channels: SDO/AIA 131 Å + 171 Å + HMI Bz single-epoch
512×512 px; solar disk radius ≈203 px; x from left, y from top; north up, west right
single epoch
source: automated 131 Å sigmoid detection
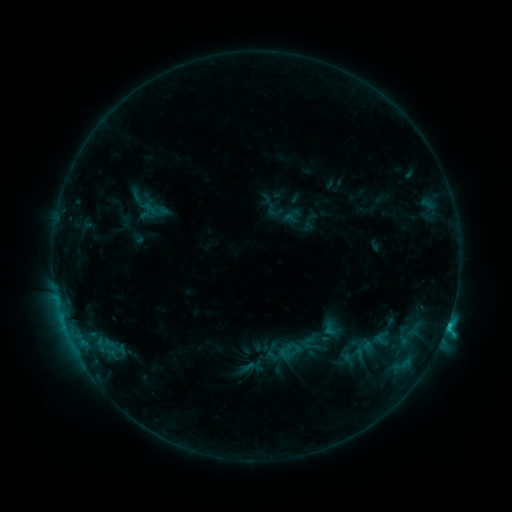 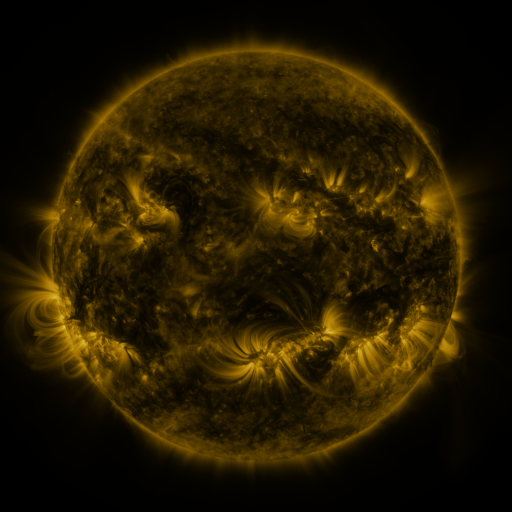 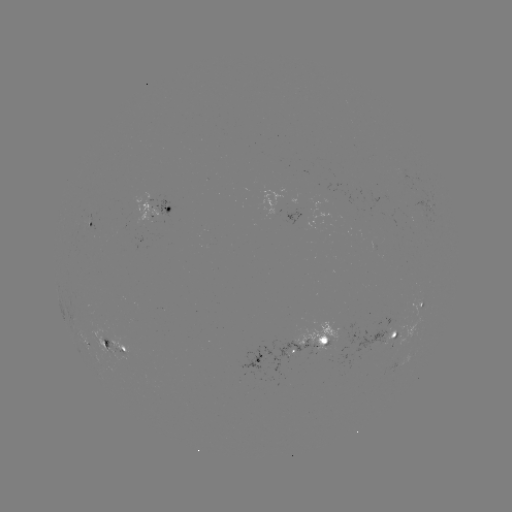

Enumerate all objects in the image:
sigmoid: <bbox>300, 334, 323, 357</bbox>
